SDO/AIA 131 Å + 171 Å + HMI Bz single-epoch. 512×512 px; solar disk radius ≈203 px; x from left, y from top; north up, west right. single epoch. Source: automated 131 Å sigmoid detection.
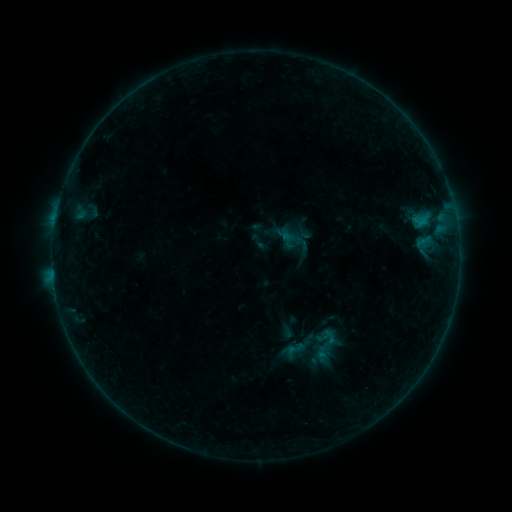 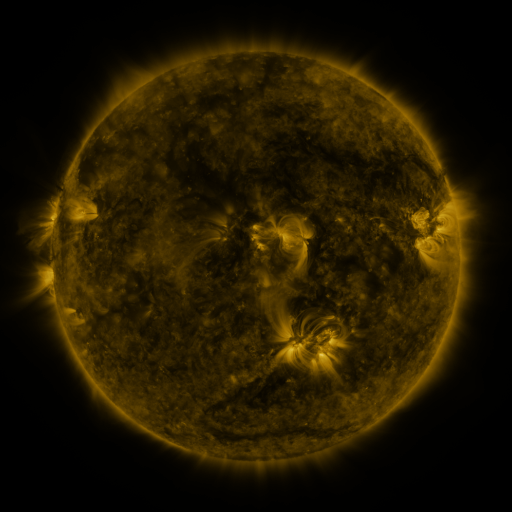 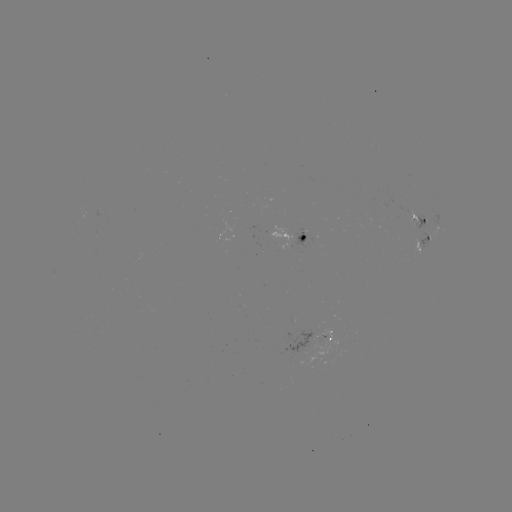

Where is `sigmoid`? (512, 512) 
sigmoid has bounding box [283, 338, 307, 362].